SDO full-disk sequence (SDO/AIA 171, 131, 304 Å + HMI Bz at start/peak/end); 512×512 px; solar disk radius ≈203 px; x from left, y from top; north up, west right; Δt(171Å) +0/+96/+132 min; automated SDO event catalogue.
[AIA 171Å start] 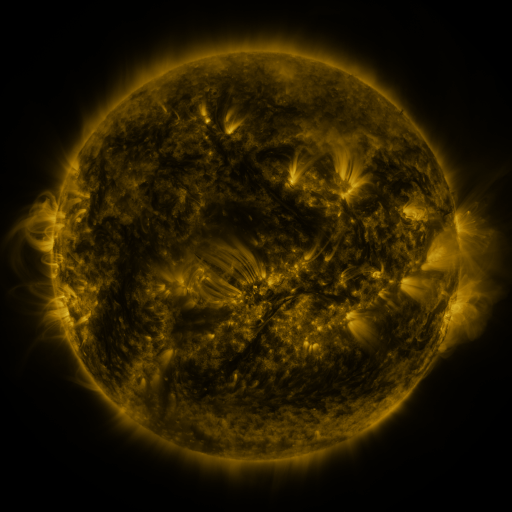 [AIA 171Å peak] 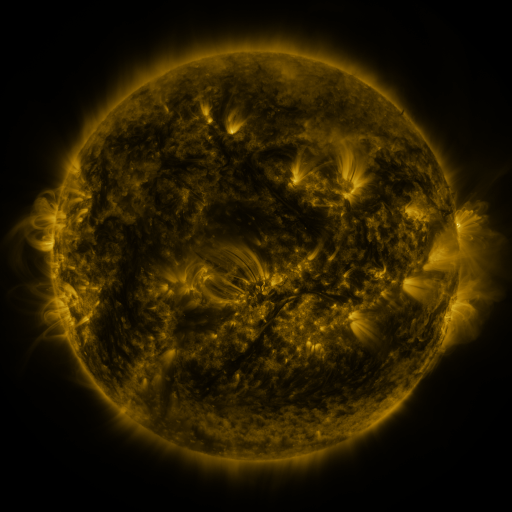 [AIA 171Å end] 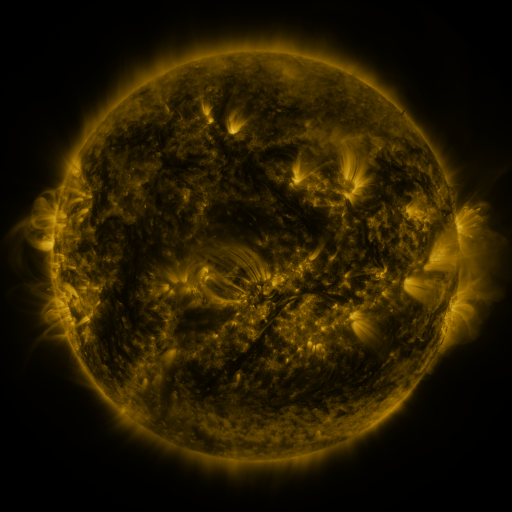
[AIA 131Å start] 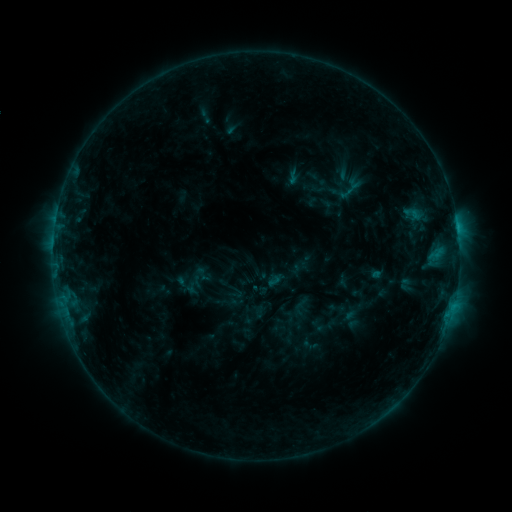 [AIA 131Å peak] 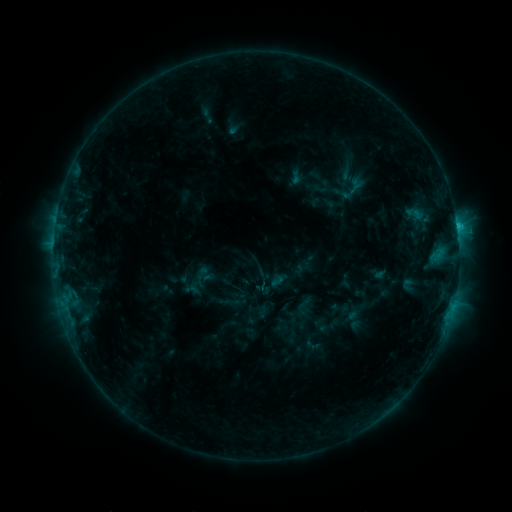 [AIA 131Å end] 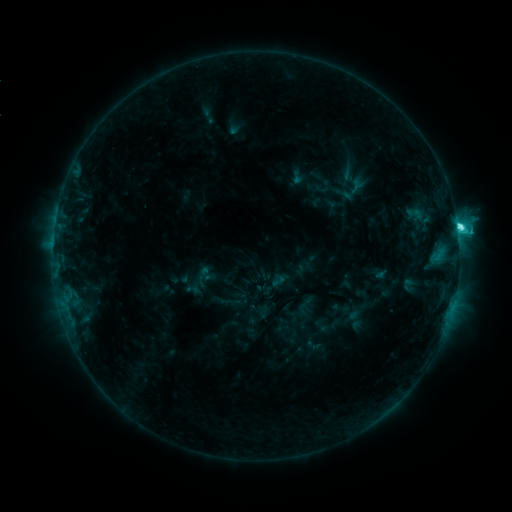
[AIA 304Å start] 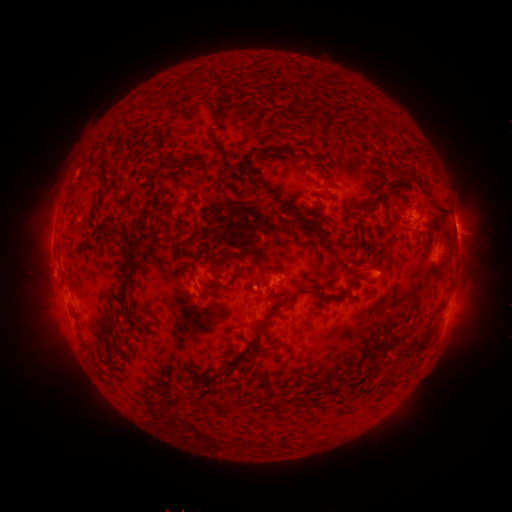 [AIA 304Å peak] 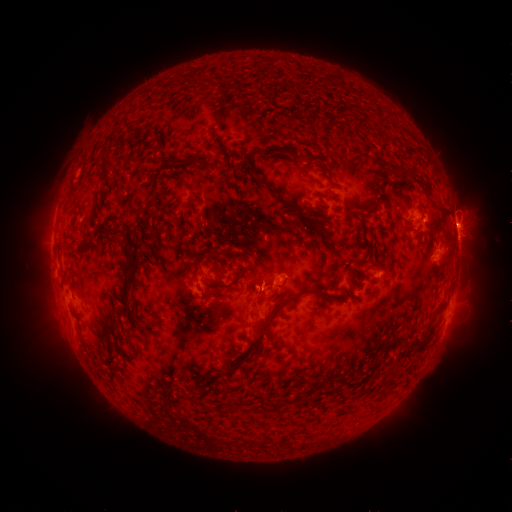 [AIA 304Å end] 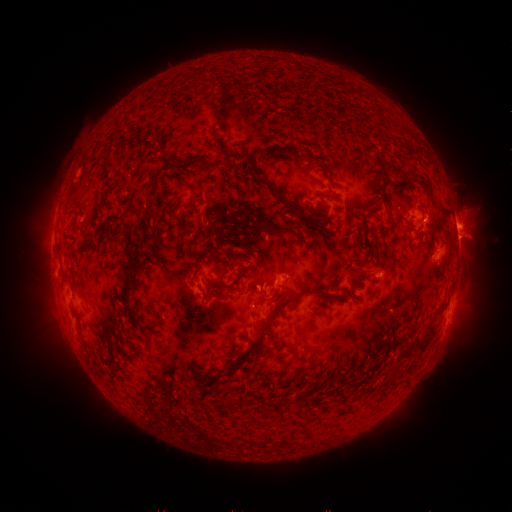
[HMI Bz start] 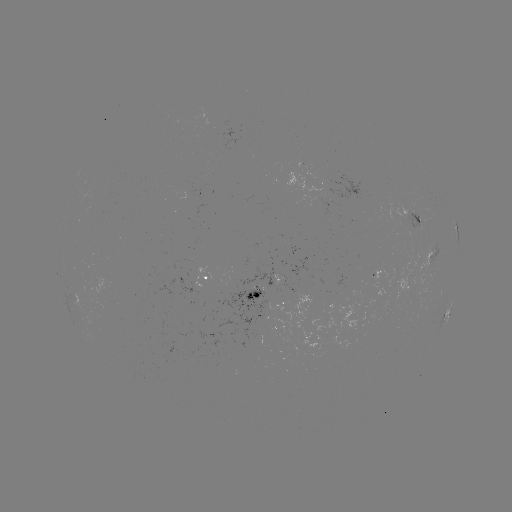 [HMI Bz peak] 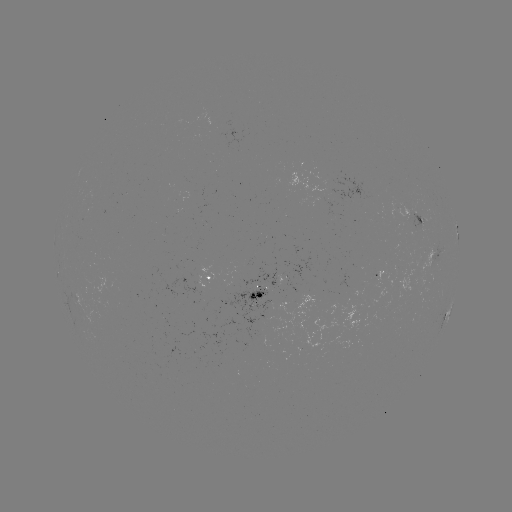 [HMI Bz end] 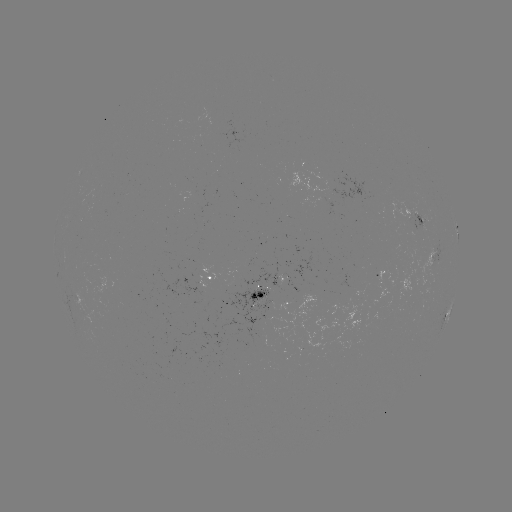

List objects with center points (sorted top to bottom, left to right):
emerging-flux region: (341, 193)
